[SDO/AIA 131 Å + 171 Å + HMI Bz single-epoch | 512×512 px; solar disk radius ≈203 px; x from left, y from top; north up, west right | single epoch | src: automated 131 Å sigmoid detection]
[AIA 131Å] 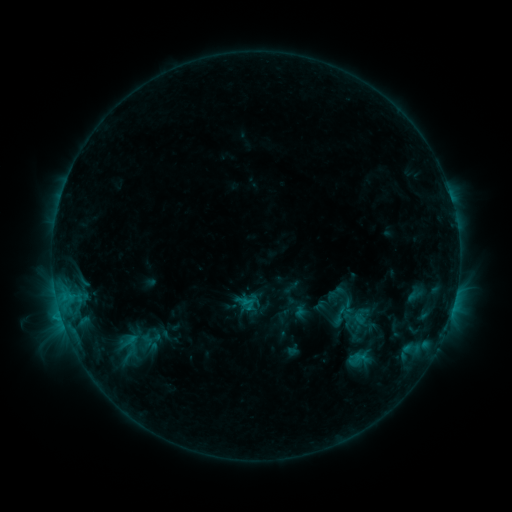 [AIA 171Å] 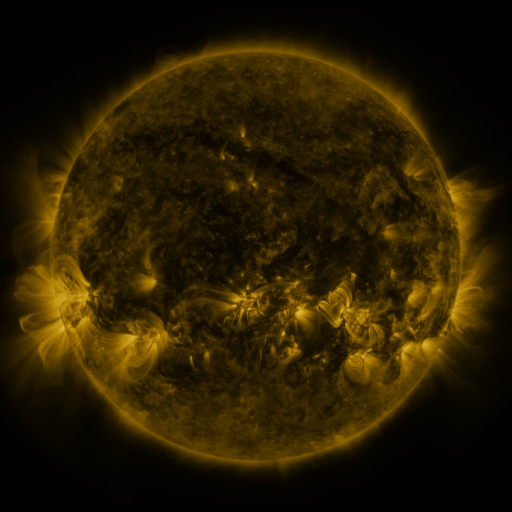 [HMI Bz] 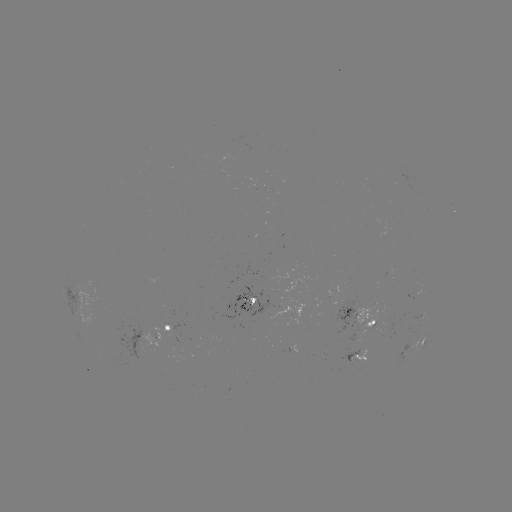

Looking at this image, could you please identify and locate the sigmoid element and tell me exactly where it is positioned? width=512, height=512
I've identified sigmoid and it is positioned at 147,341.